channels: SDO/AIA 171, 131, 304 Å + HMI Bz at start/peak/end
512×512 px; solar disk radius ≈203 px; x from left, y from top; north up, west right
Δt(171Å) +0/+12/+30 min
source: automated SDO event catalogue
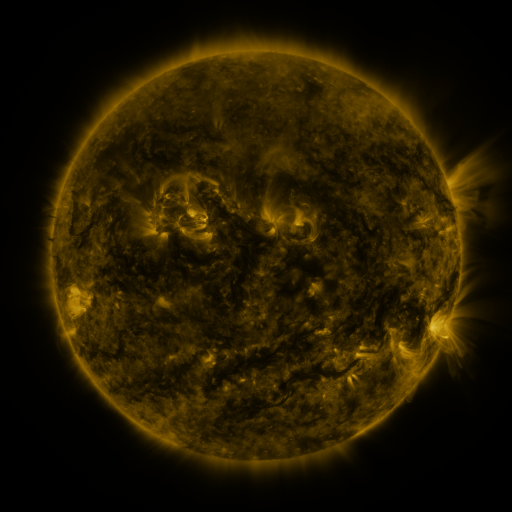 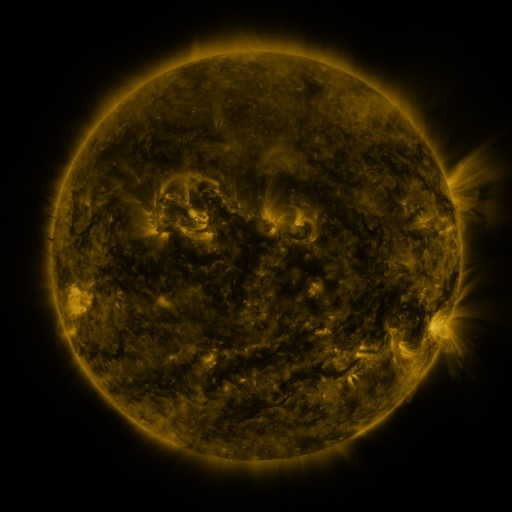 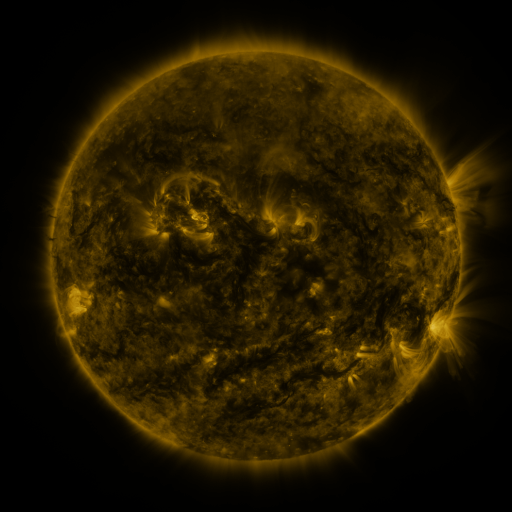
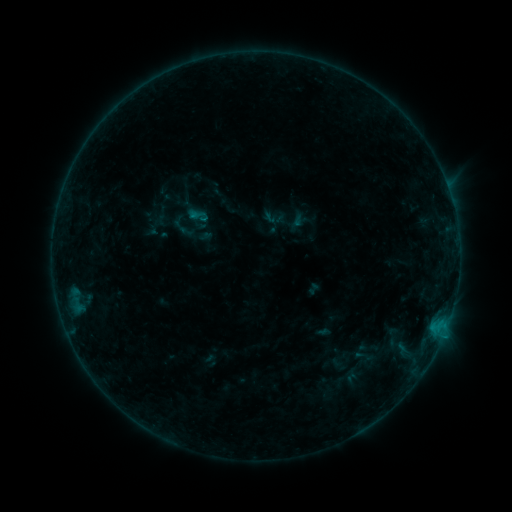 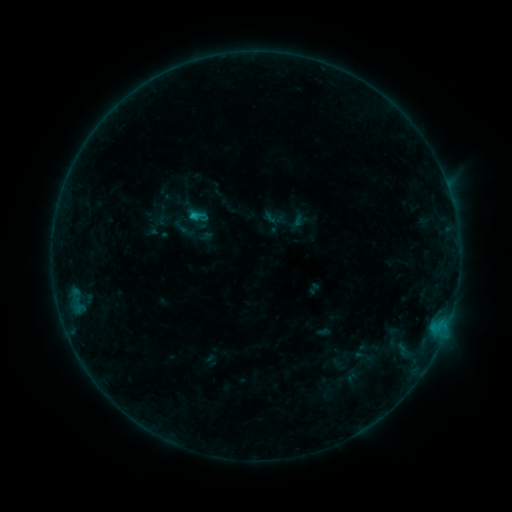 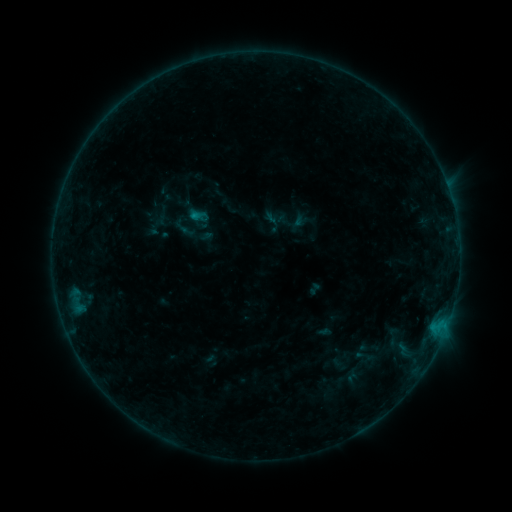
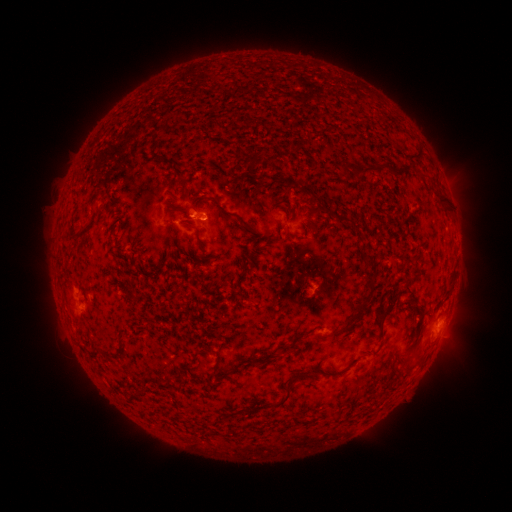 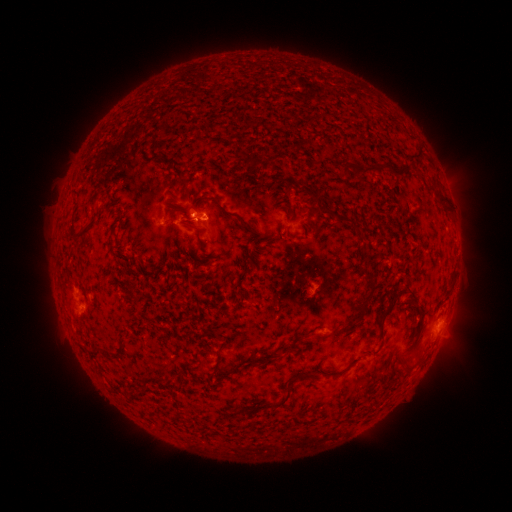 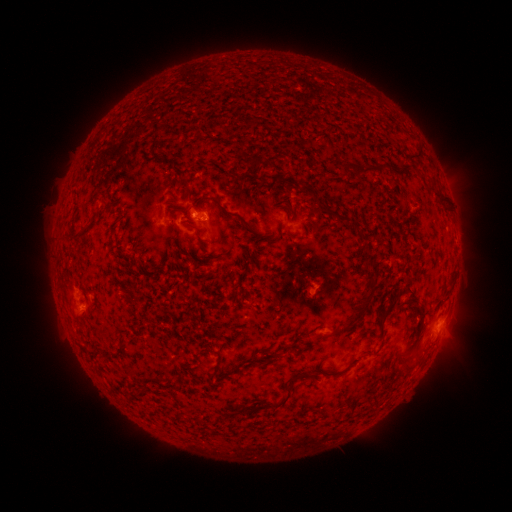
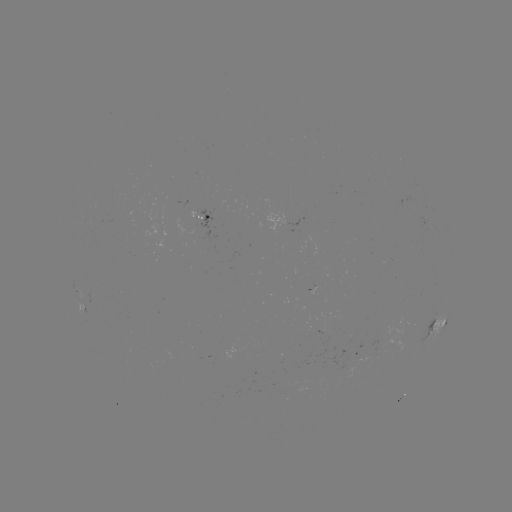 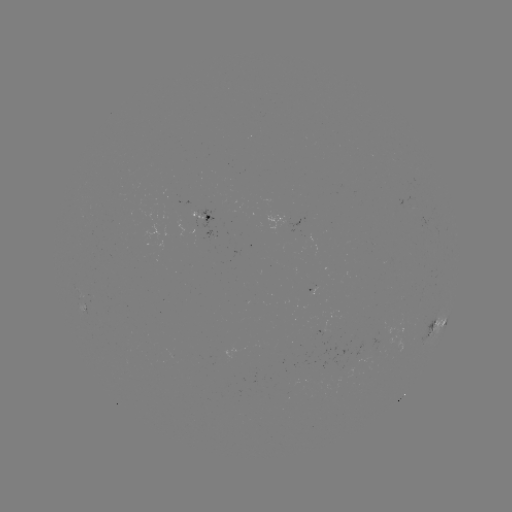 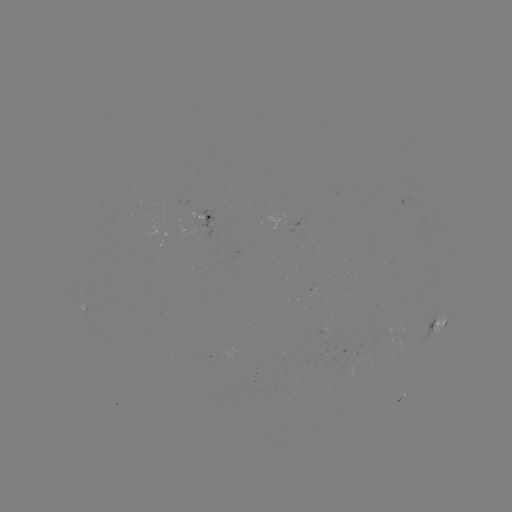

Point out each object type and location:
B5.8 flare: (195, 217)
